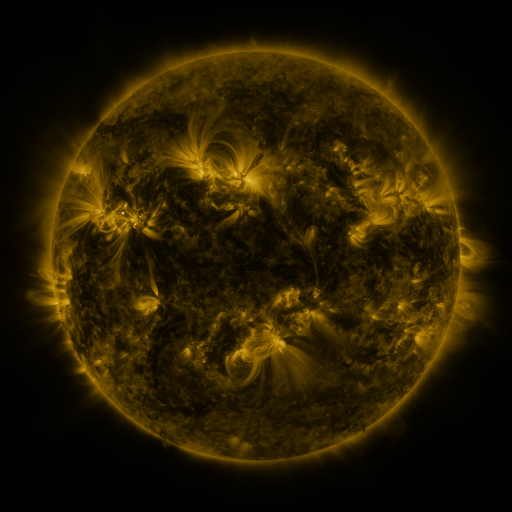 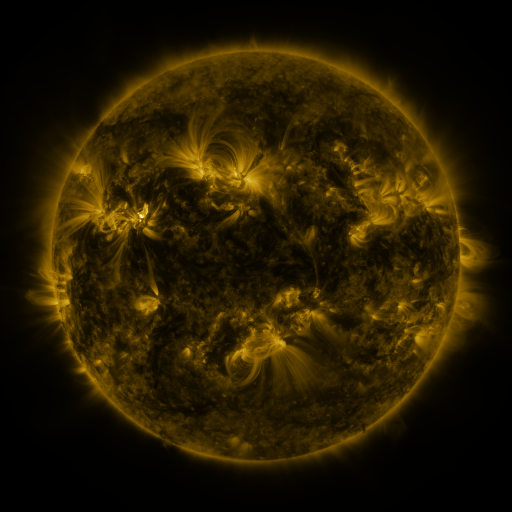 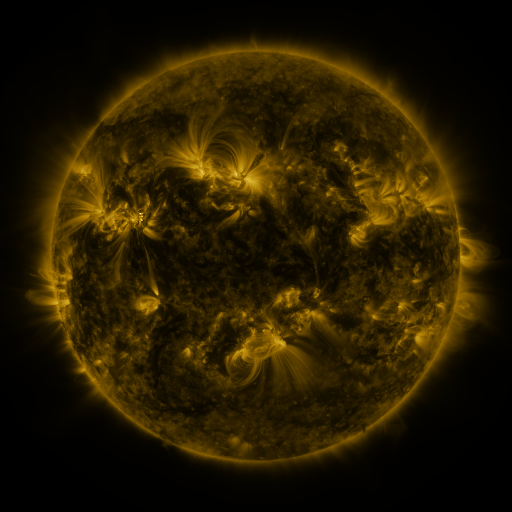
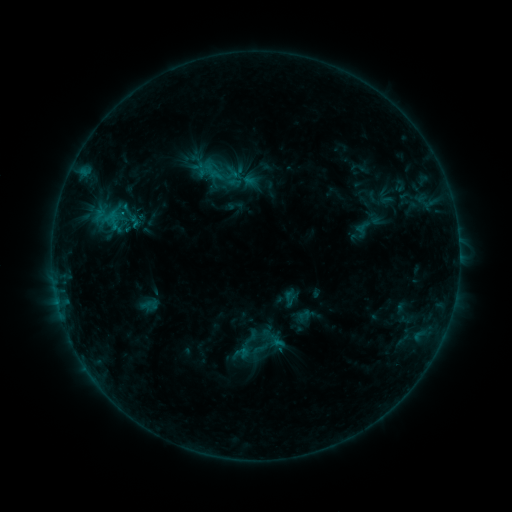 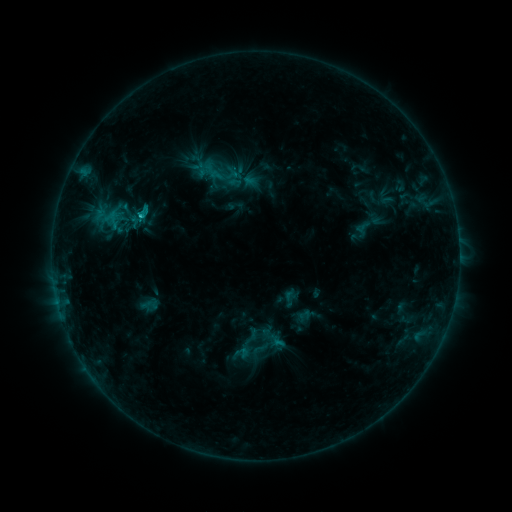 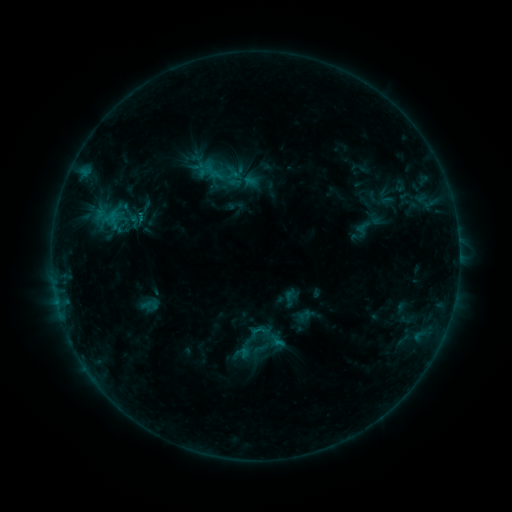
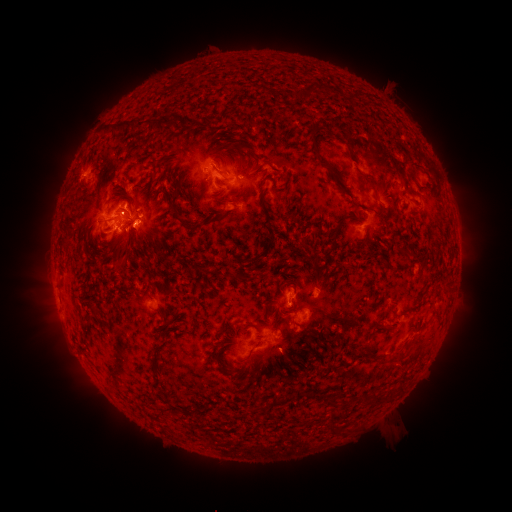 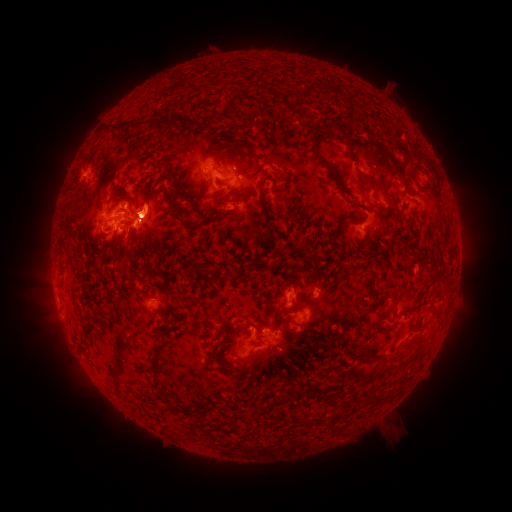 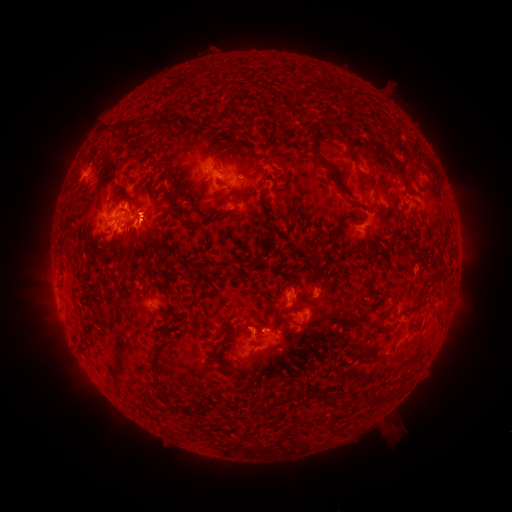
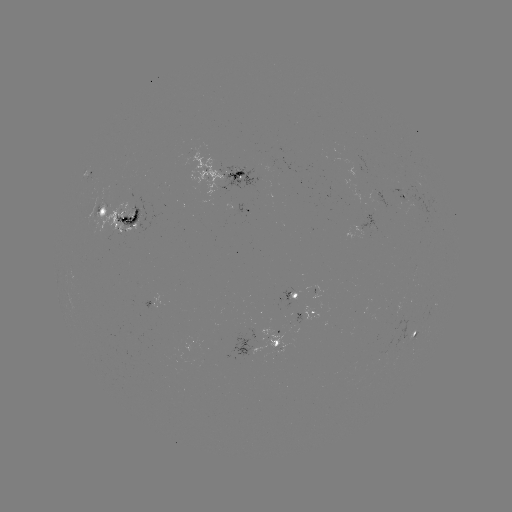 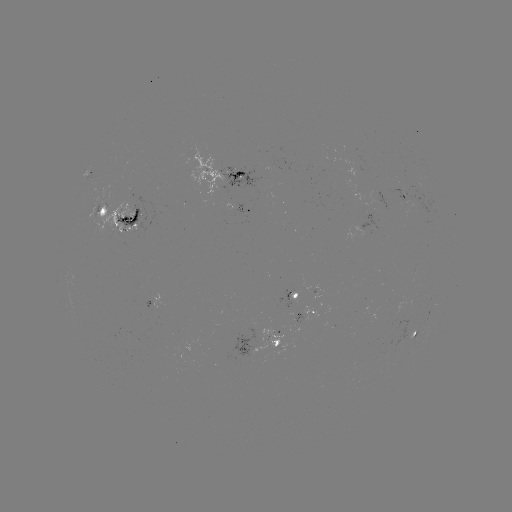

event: flare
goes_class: C1.5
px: (142, 218)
